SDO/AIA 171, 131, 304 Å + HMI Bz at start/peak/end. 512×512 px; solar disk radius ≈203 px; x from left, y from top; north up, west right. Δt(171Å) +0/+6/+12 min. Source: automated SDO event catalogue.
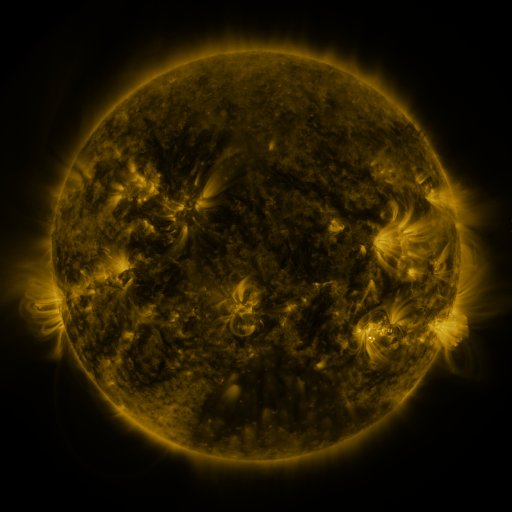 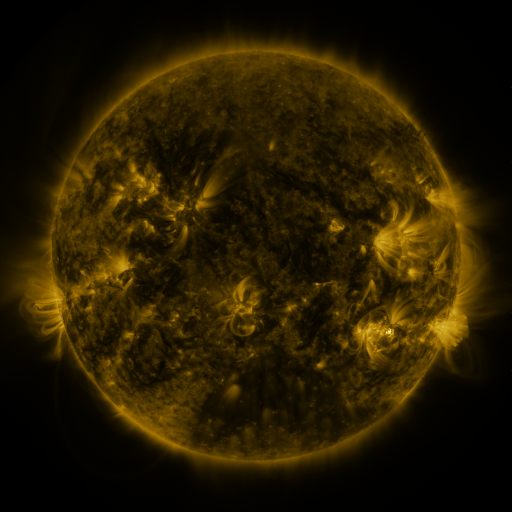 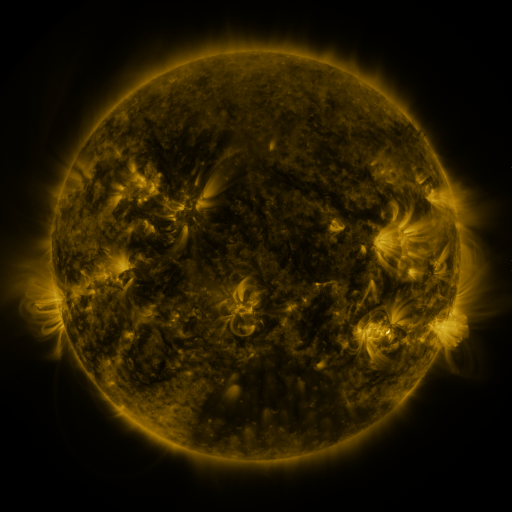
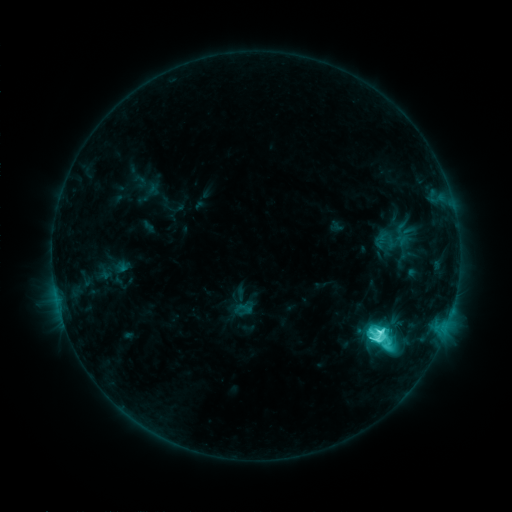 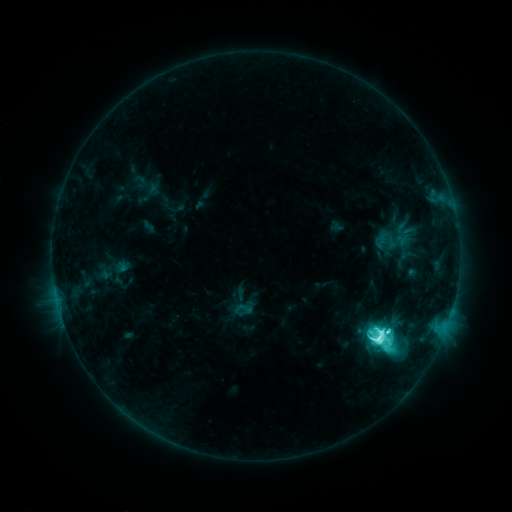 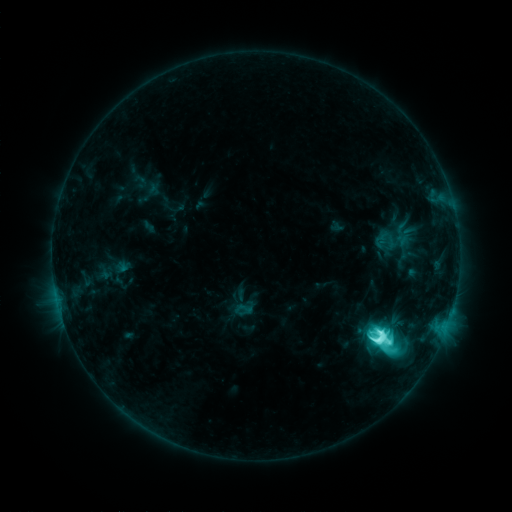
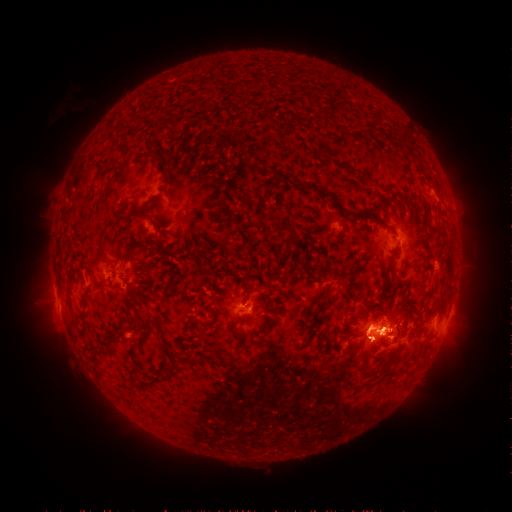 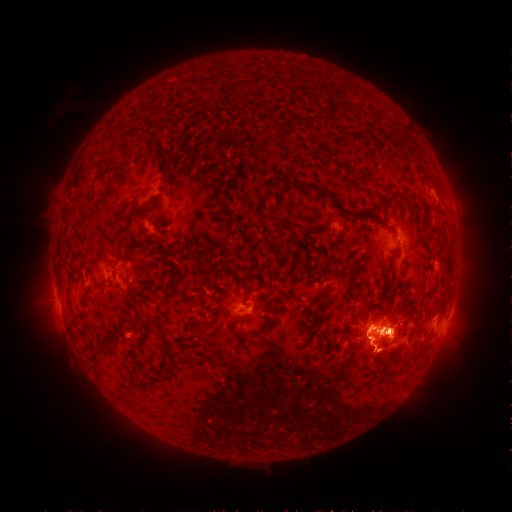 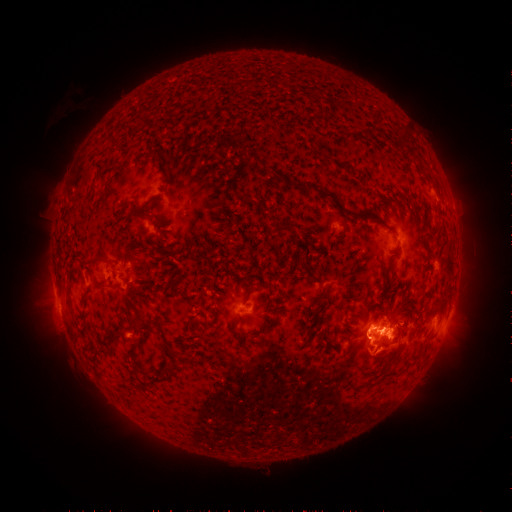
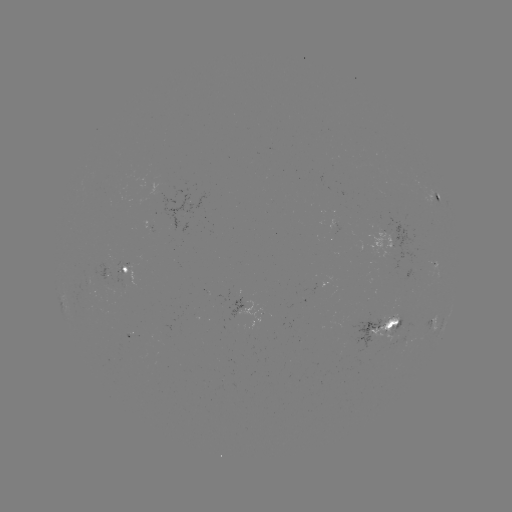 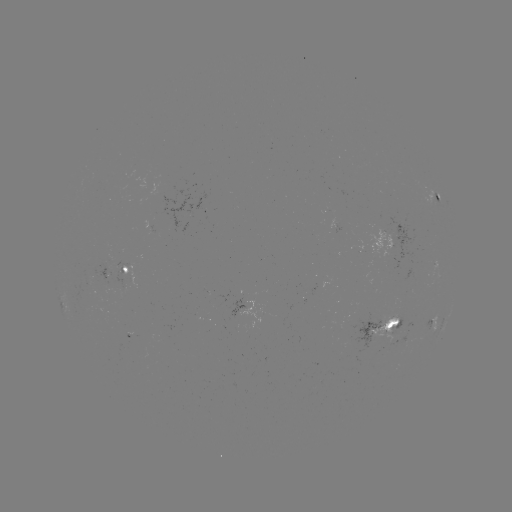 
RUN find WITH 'eruption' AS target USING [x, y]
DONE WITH [386, 351] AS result